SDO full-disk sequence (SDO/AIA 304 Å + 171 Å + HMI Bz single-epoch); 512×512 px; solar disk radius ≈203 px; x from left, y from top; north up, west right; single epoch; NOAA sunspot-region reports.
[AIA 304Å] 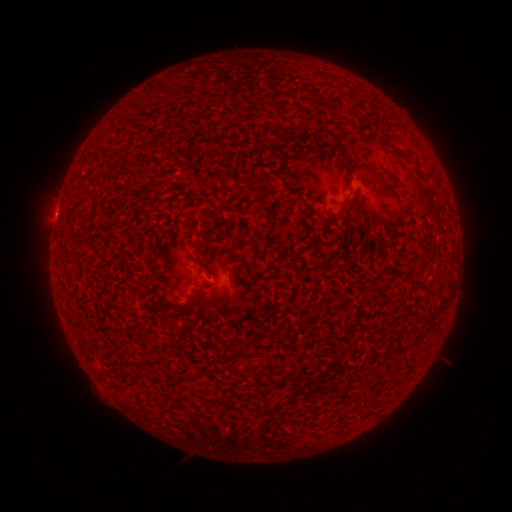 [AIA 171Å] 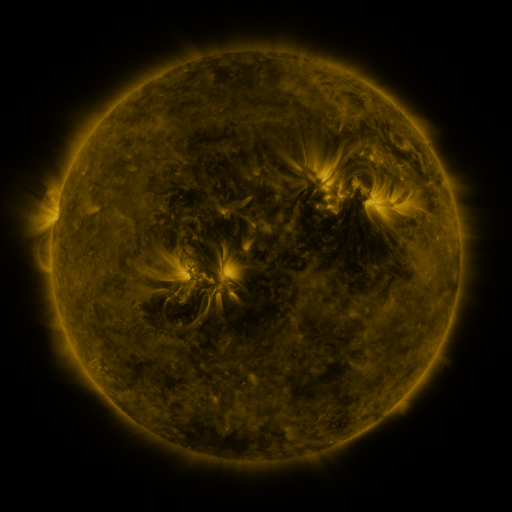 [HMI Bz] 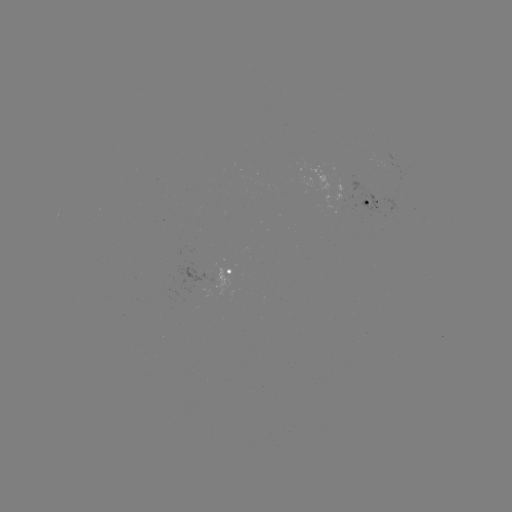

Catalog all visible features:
spotted active region: (342, 192)
spotted active region: (370, 204)
spotted active region: (227, 271)
